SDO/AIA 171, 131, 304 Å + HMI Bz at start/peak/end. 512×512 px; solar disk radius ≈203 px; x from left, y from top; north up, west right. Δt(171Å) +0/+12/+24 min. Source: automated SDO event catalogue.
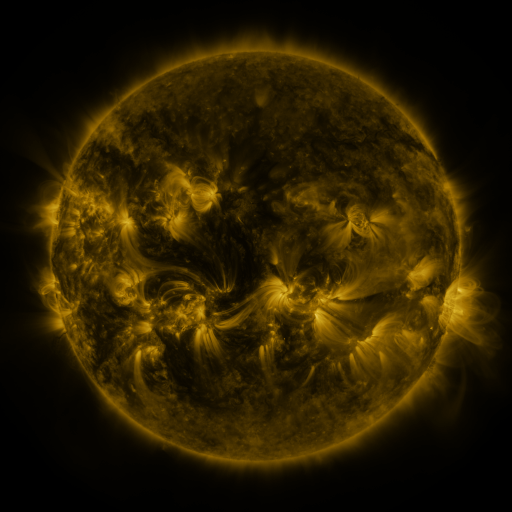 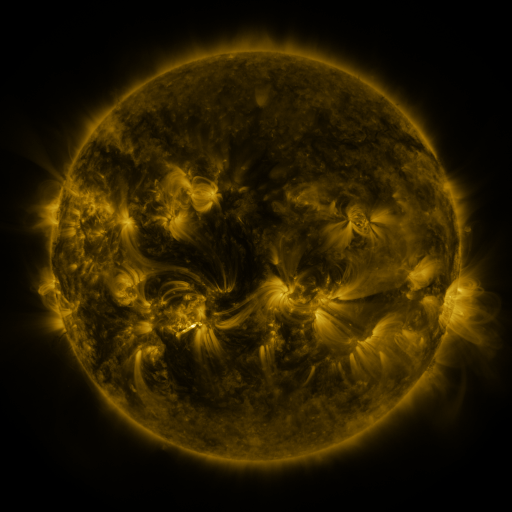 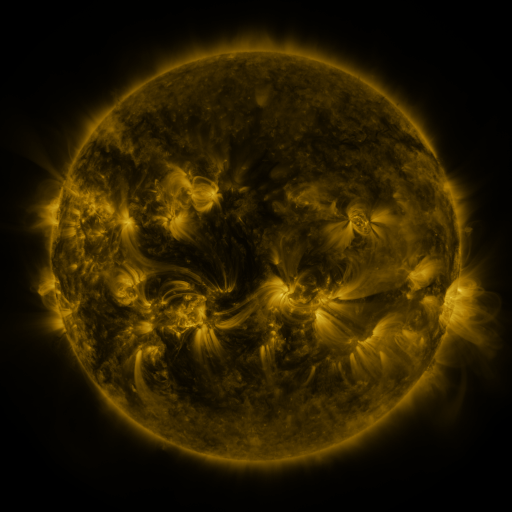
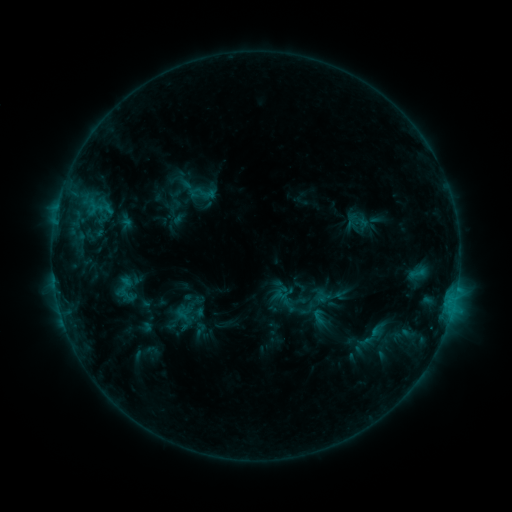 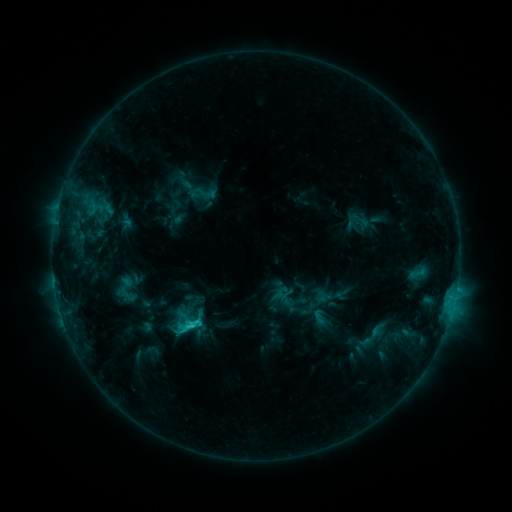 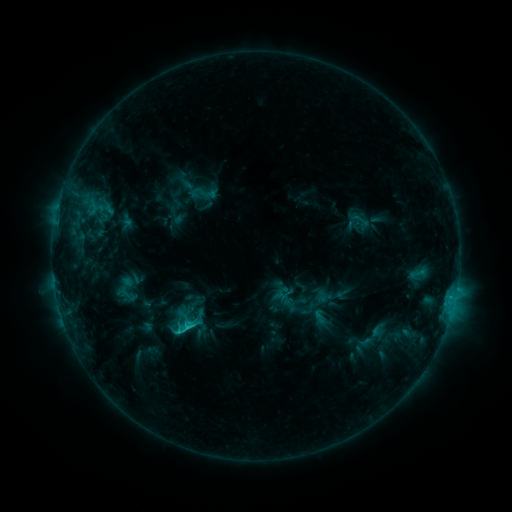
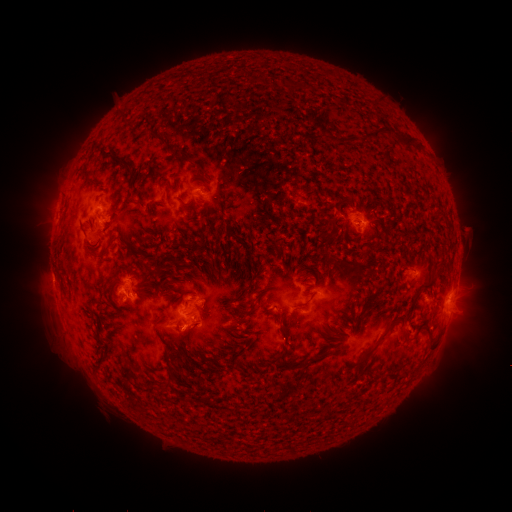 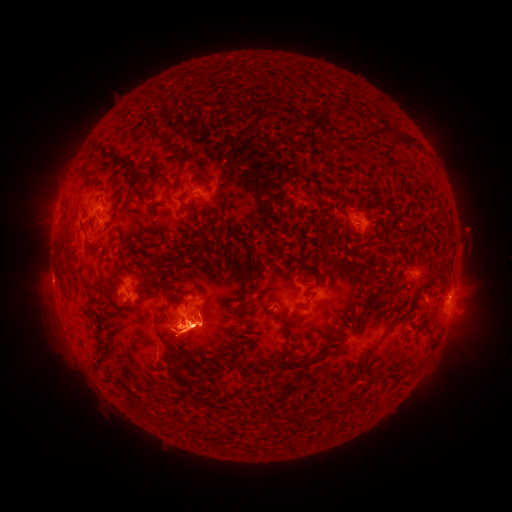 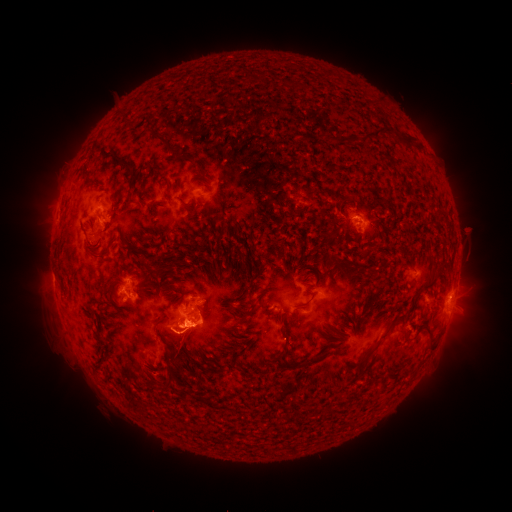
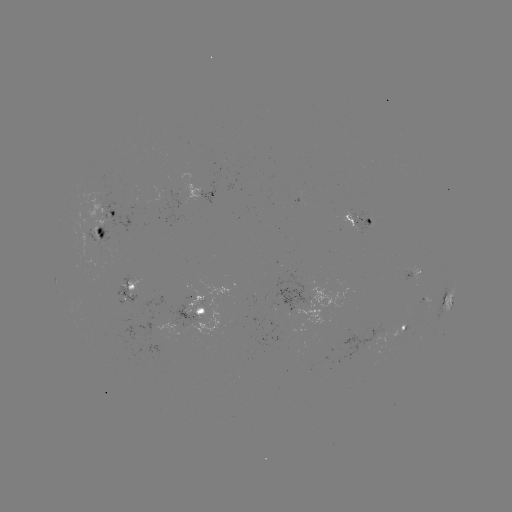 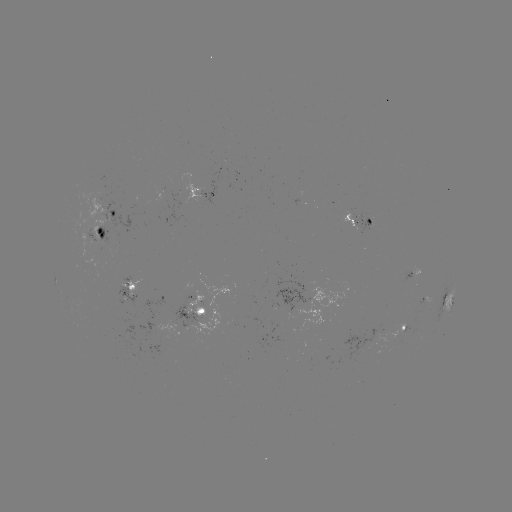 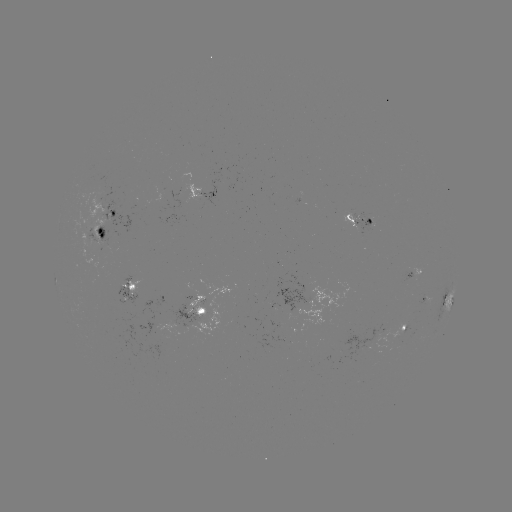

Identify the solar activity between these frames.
eruption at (188, 344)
